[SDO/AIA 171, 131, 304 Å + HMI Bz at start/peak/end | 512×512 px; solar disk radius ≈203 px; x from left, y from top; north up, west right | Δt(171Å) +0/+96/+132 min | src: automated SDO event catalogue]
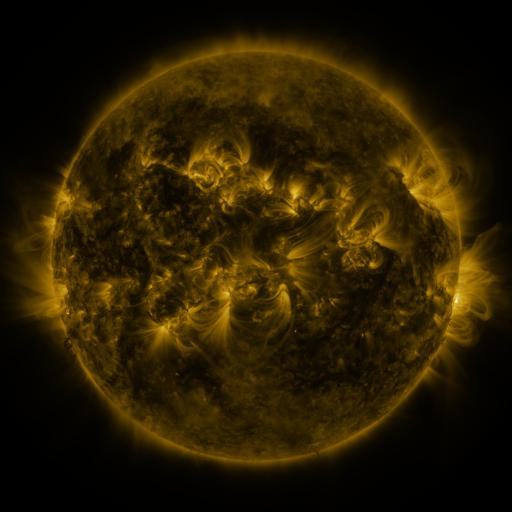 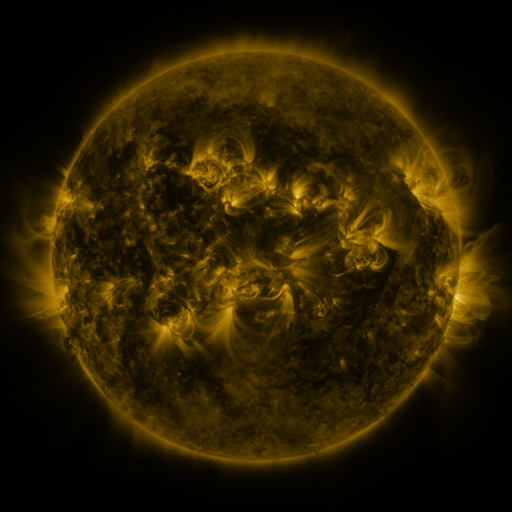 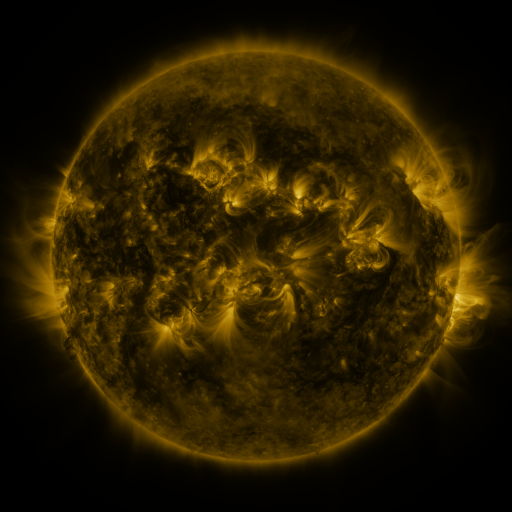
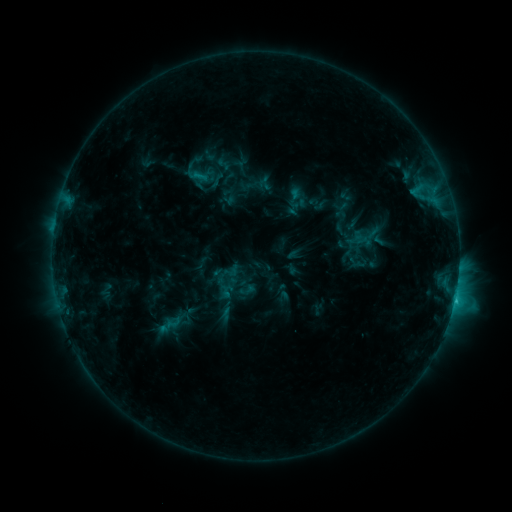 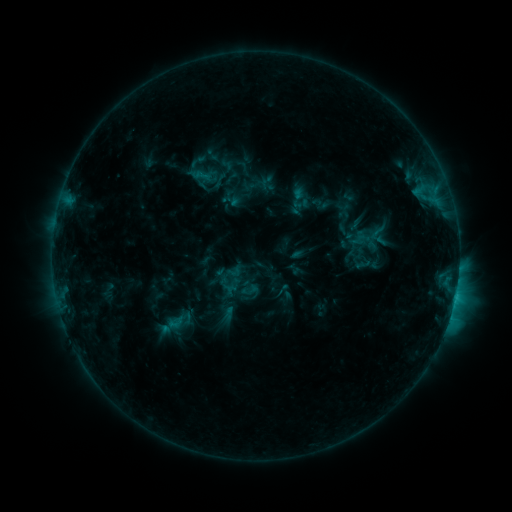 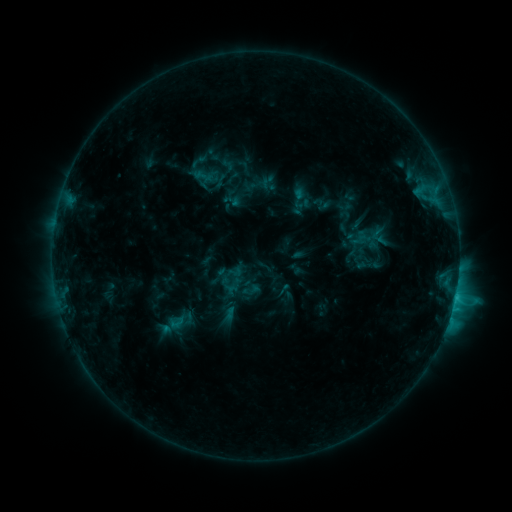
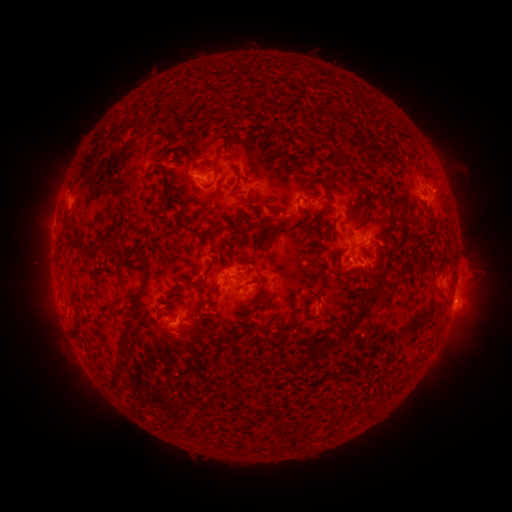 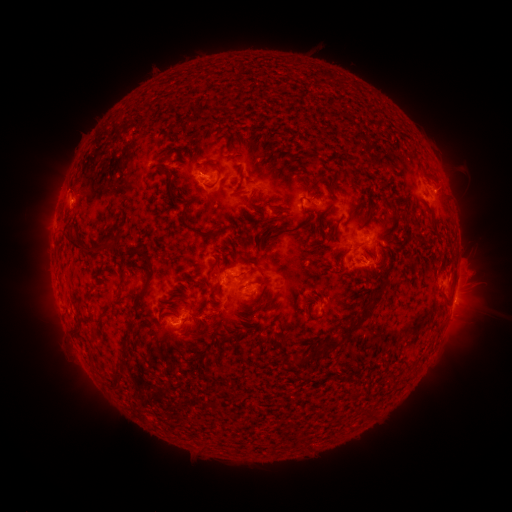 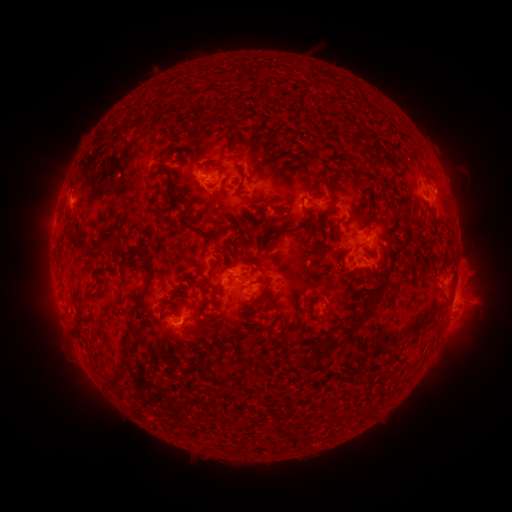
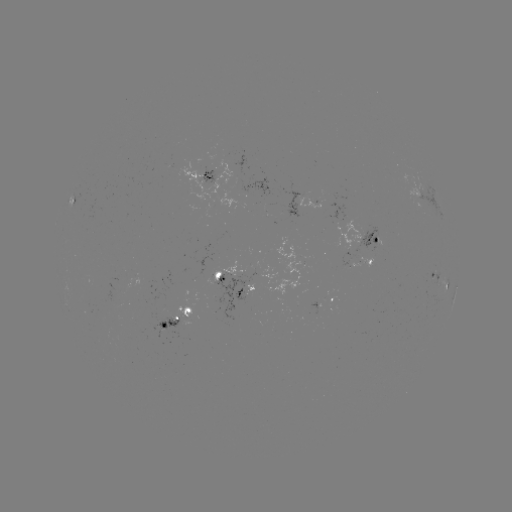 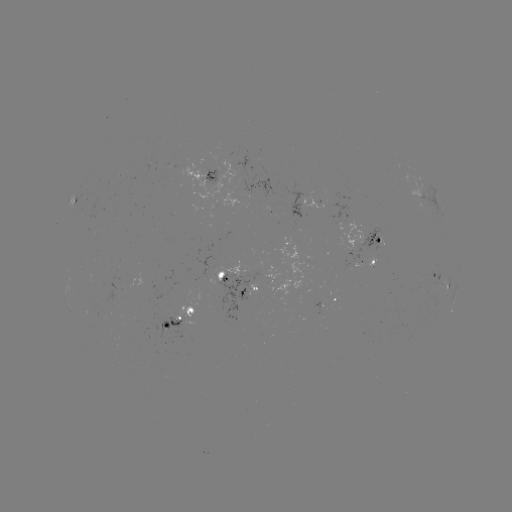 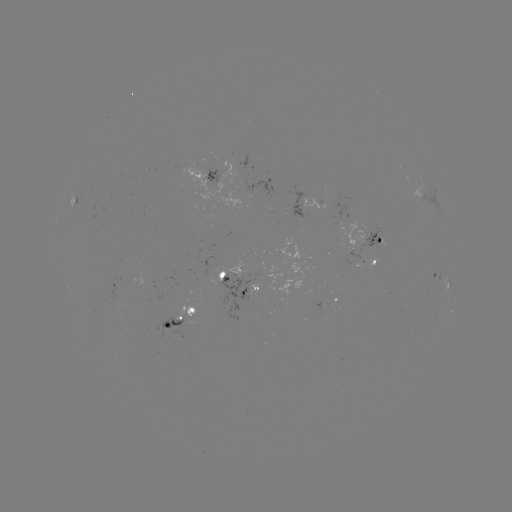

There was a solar emerging-flux region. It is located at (252, 191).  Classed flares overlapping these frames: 1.